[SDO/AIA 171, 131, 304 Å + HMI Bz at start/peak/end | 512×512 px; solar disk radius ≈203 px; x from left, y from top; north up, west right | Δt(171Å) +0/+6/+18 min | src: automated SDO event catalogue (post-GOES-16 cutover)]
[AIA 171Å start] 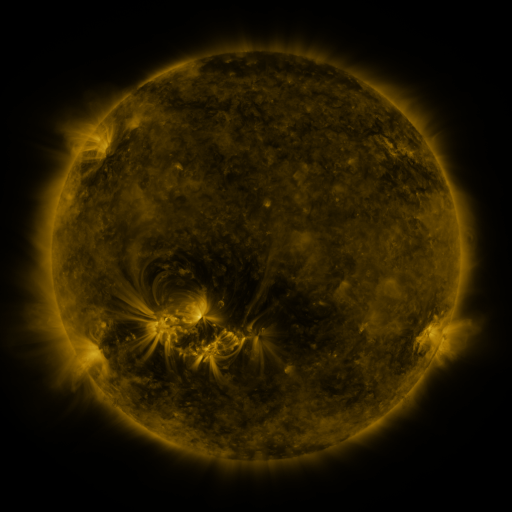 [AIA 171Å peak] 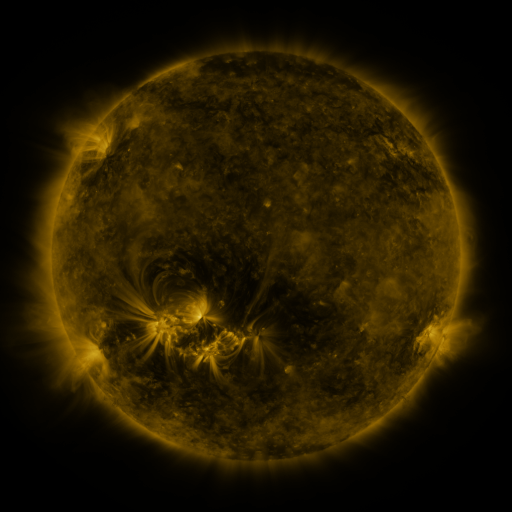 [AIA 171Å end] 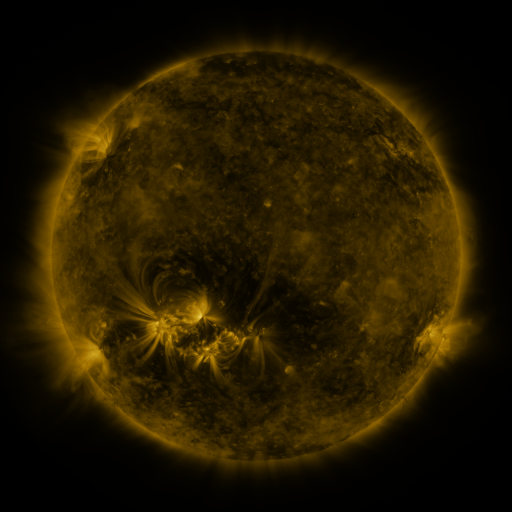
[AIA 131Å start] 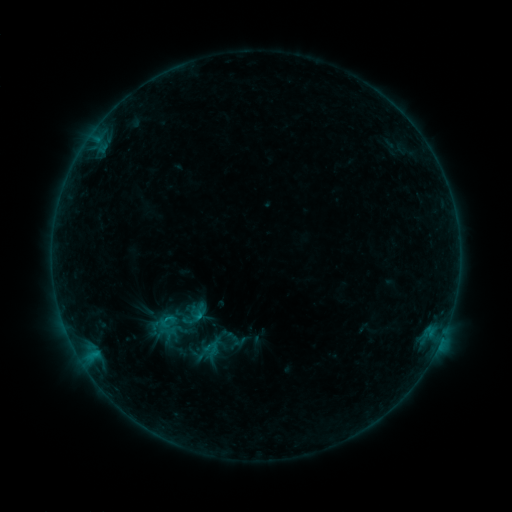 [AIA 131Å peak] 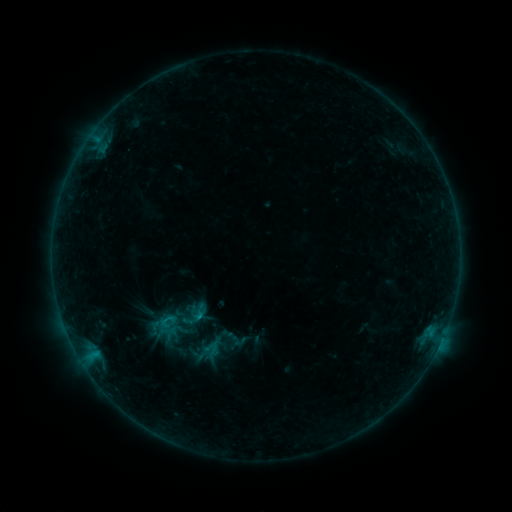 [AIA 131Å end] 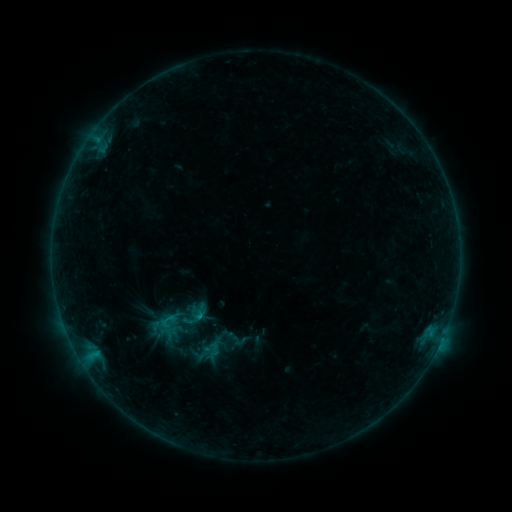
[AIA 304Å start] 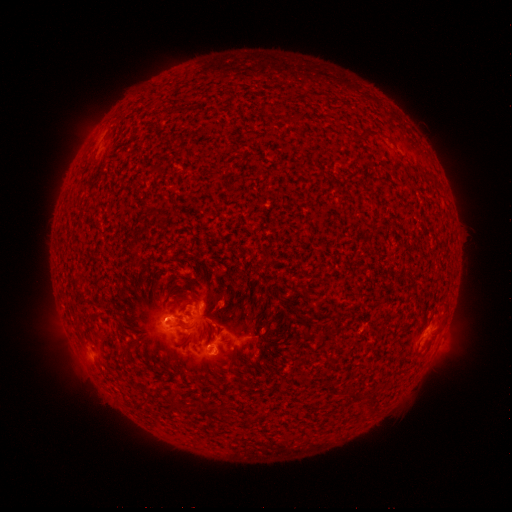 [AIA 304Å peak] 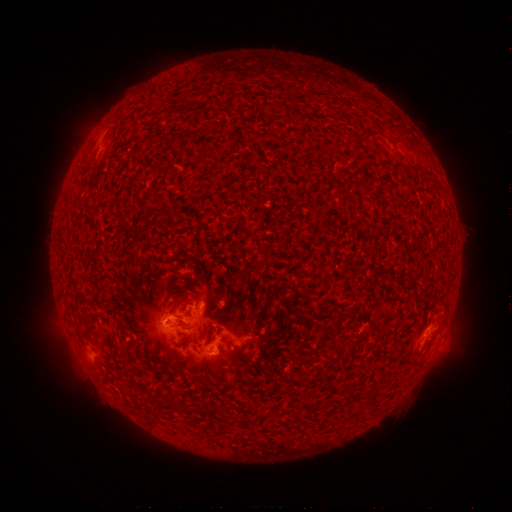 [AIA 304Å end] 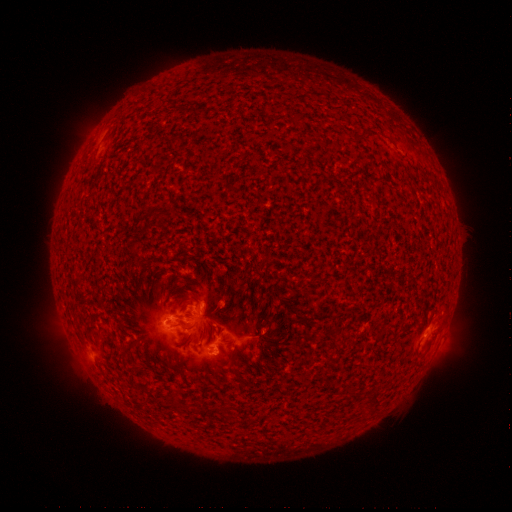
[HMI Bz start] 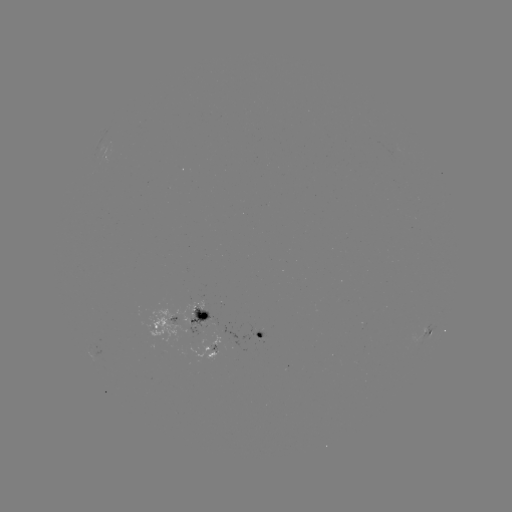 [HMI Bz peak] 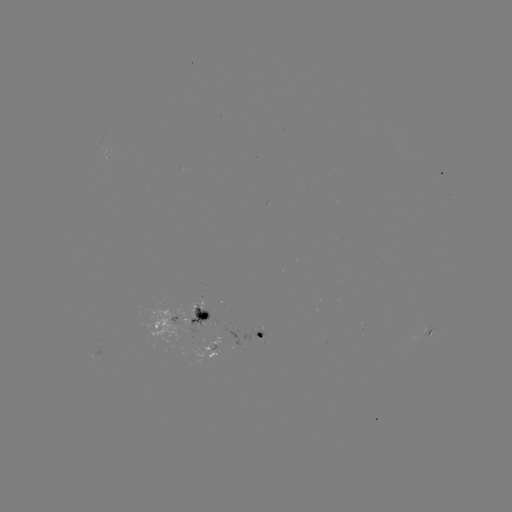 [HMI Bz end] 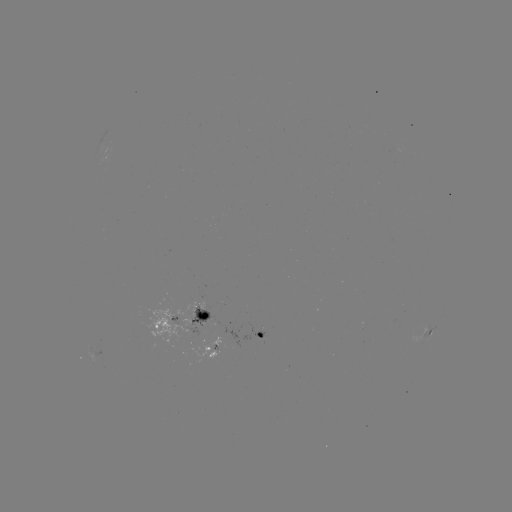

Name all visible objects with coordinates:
B7.1 flare: (167, 319)
